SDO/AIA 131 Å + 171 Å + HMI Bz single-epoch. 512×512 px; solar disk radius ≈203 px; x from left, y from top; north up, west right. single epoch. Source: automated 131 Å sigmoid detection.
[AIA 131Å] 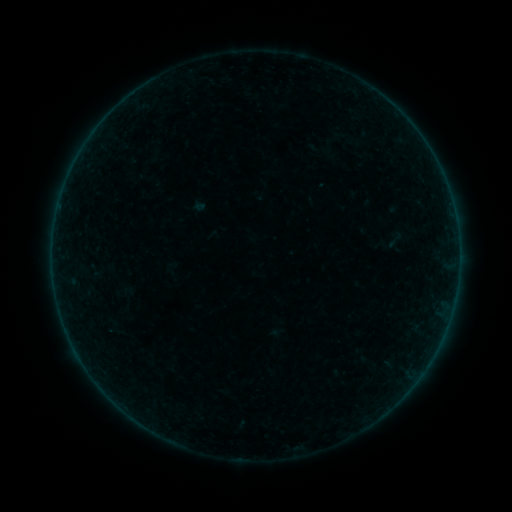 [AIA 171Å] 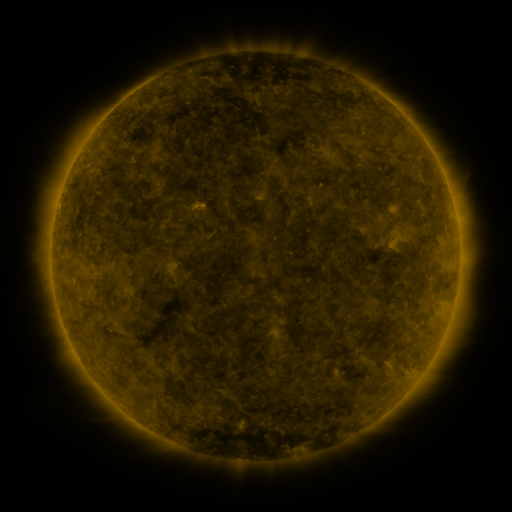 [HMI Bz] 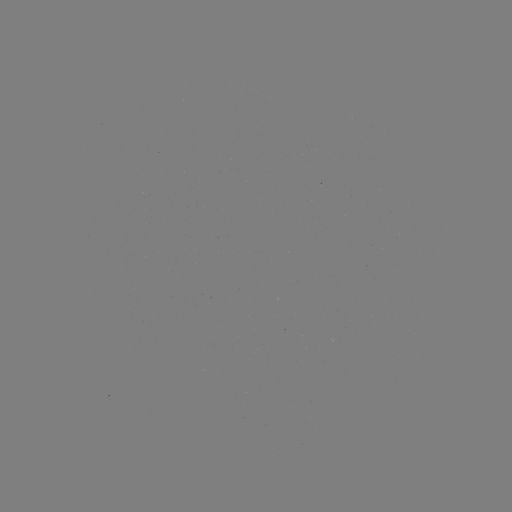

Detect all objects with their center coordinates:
sigmoid: (395, 238)
